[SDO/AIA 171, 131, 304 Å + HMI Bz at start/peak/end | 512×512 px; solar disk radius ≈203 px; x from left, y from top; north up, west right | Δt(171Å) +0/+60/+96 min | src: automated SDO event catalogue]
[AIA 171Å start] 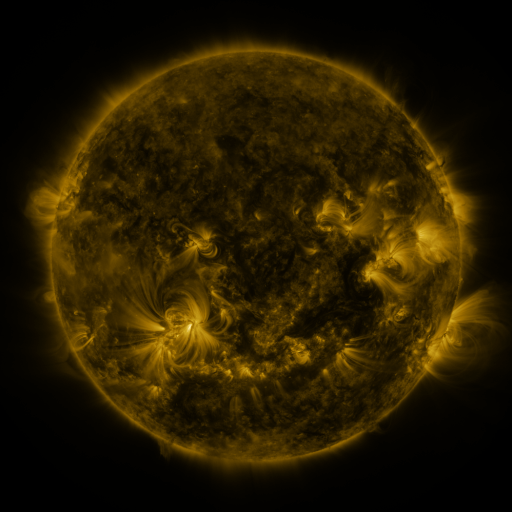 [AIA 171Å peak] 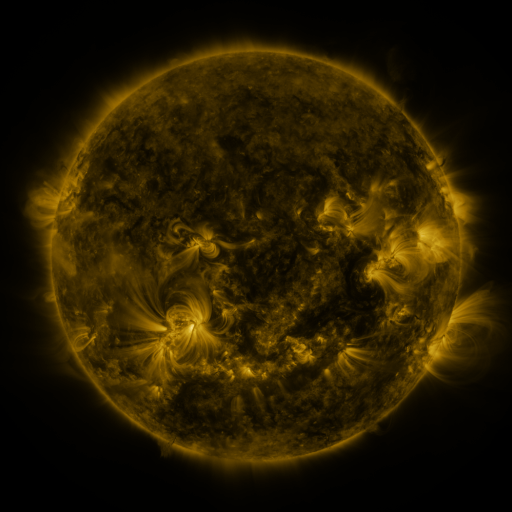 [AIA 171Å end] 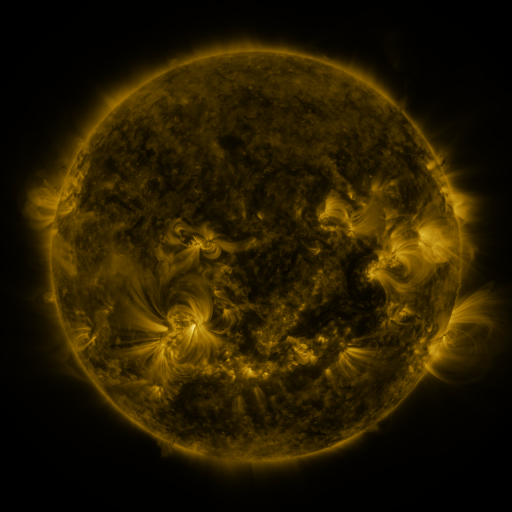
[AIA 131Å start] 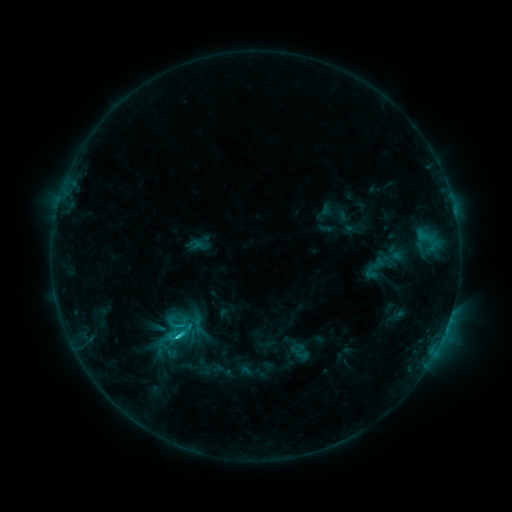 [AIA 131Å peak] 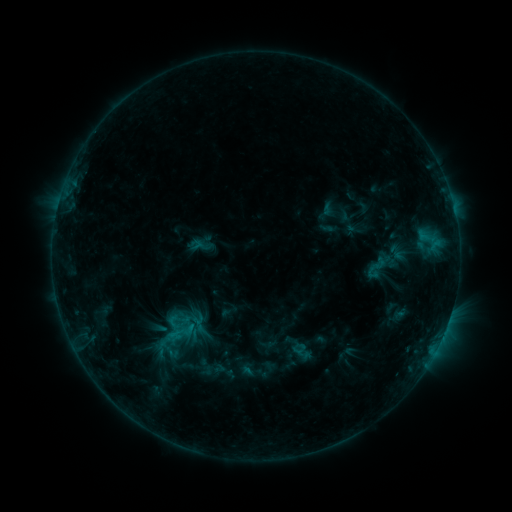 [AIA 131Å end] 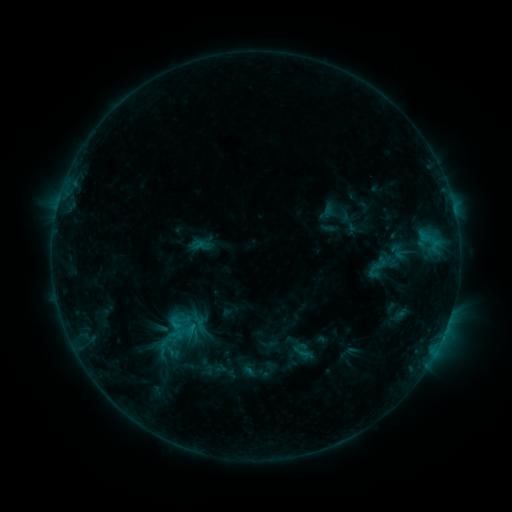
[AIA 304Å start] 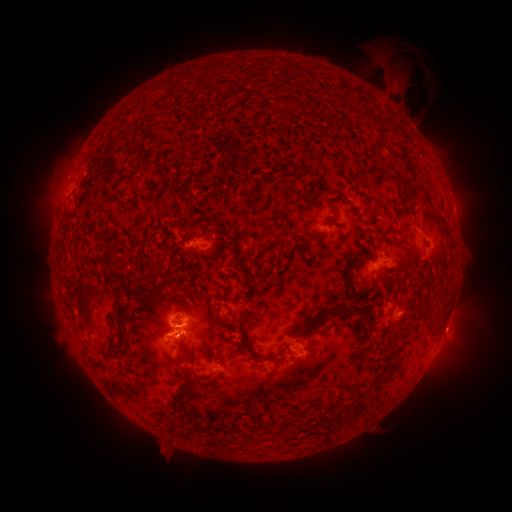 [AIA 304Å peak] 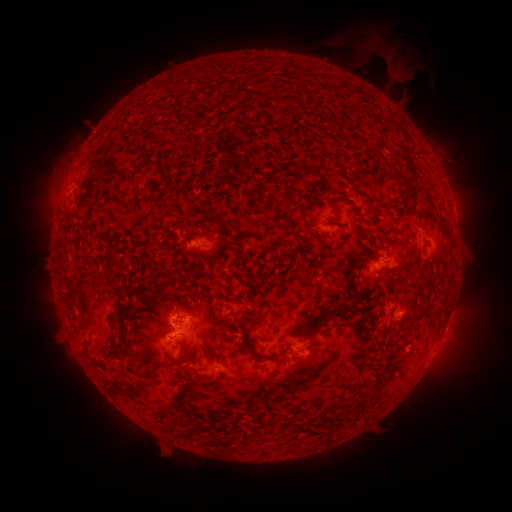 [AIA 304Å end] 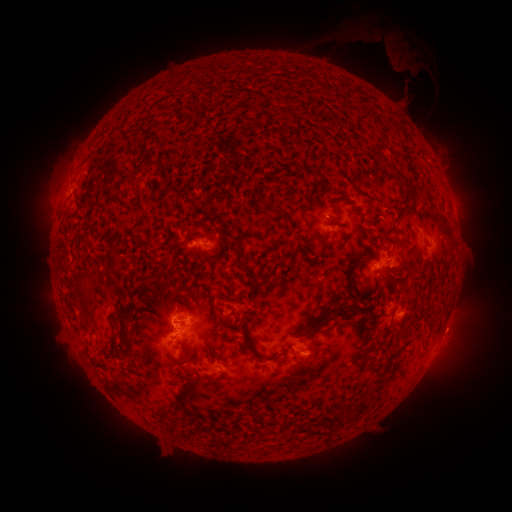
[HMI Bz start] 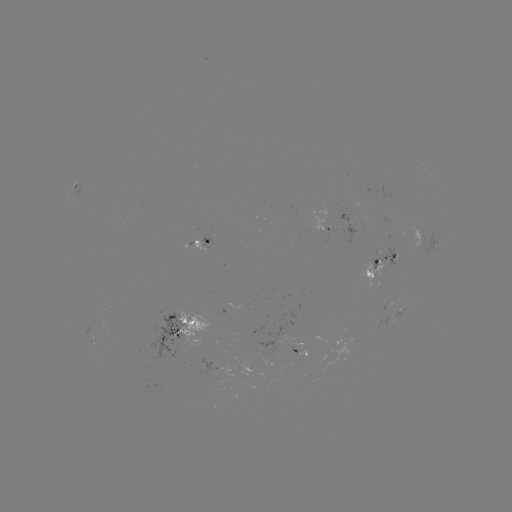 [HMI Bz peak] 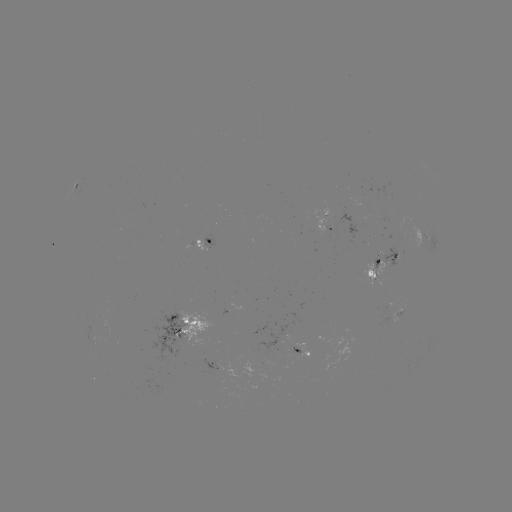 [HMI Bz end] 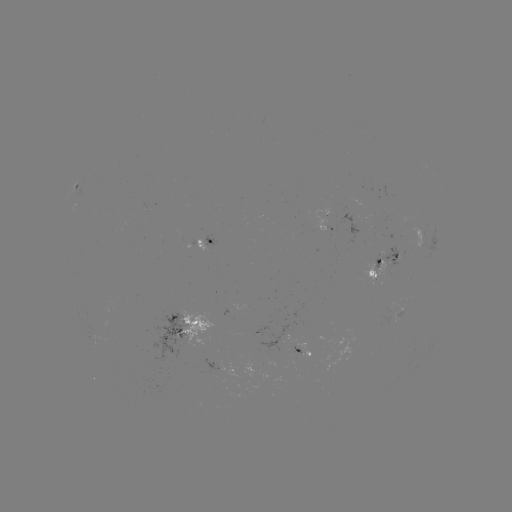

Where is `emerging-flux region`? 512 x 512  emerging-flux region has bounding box [283, 346, 297, 368].